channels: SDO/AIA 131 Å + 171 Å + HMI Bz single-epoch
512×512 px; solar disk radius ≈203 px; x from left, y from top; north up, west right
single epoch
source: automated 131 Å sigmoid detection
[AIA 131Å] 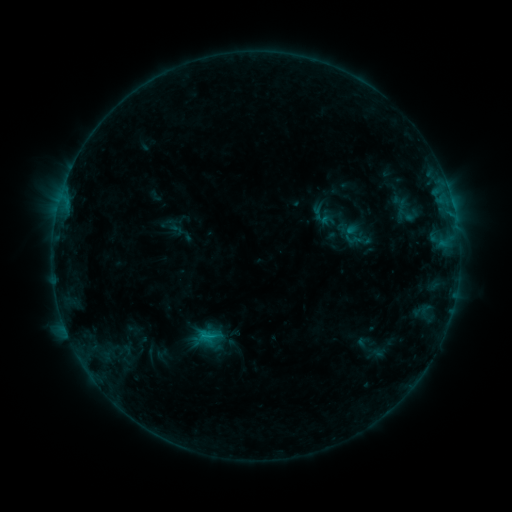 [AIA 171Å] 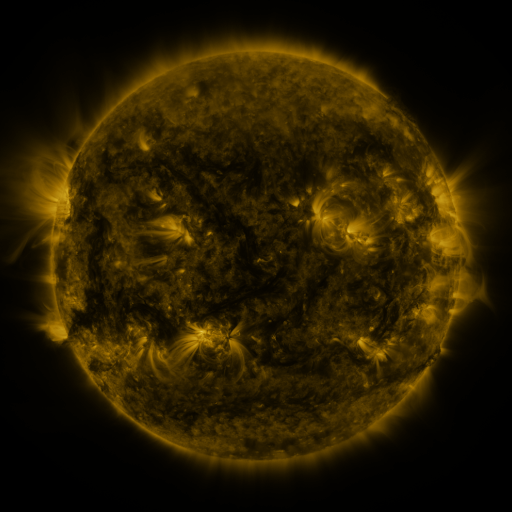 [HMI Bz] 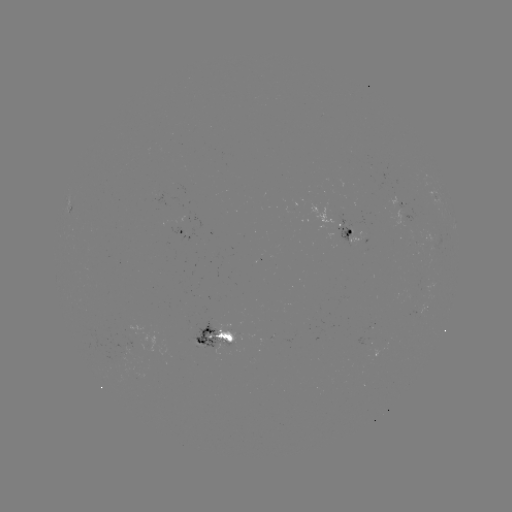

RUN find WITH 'sigmoid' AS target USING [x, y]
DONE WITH [352, 239] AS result